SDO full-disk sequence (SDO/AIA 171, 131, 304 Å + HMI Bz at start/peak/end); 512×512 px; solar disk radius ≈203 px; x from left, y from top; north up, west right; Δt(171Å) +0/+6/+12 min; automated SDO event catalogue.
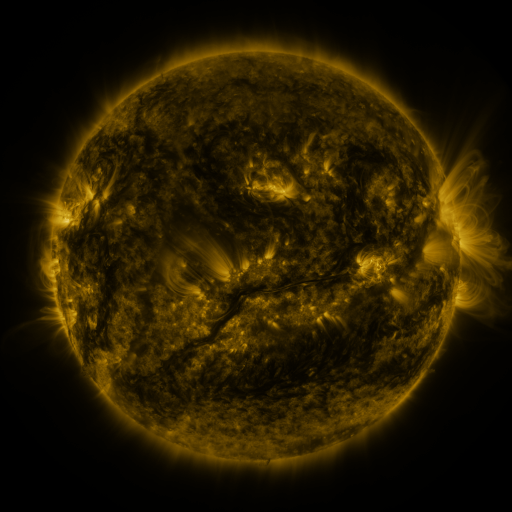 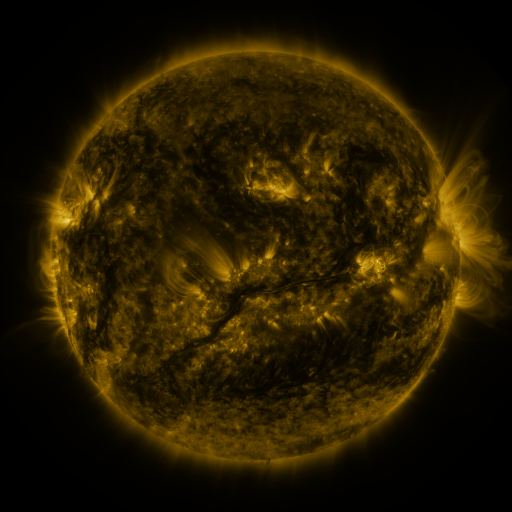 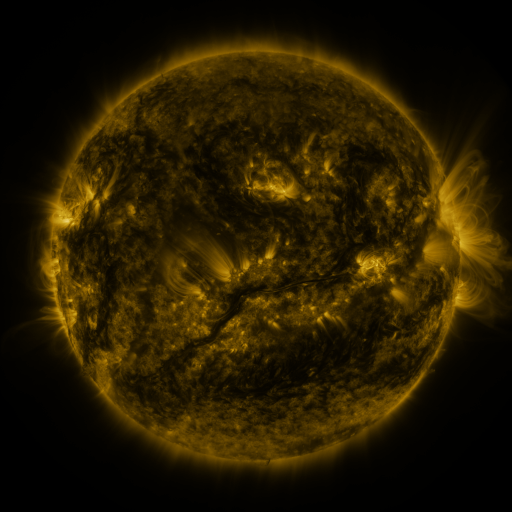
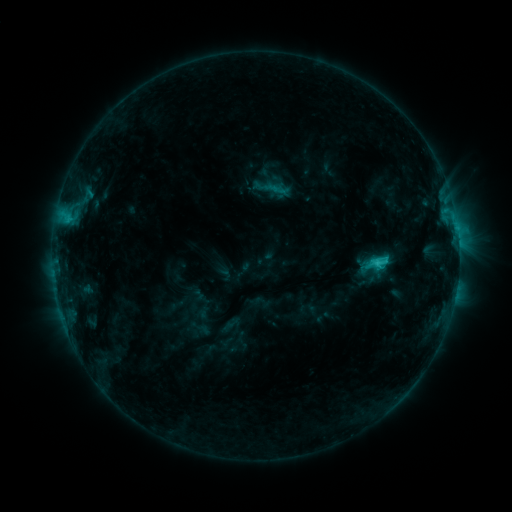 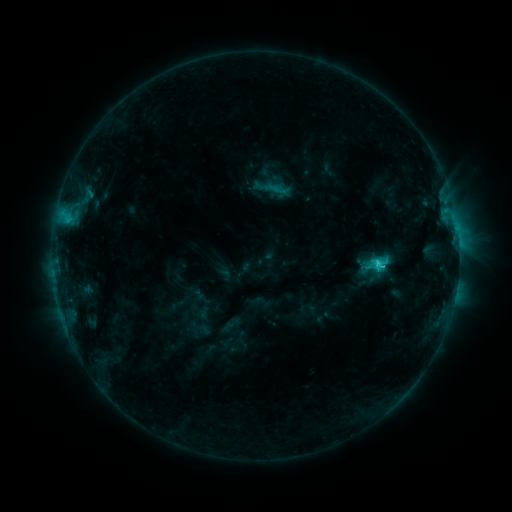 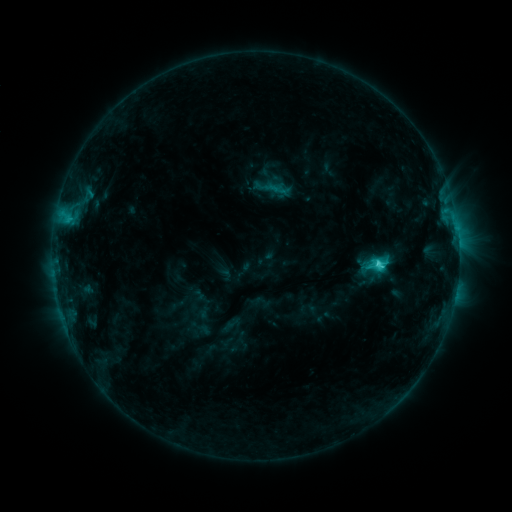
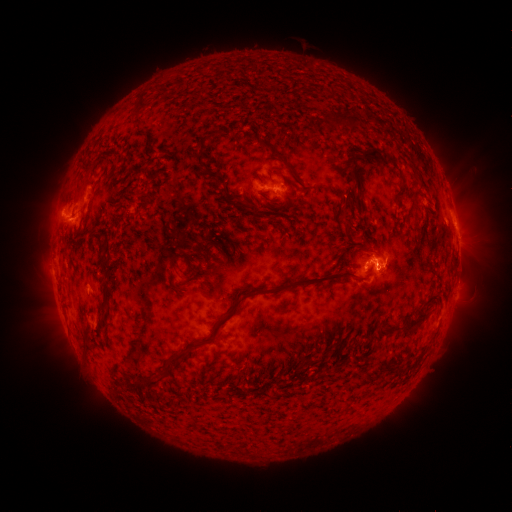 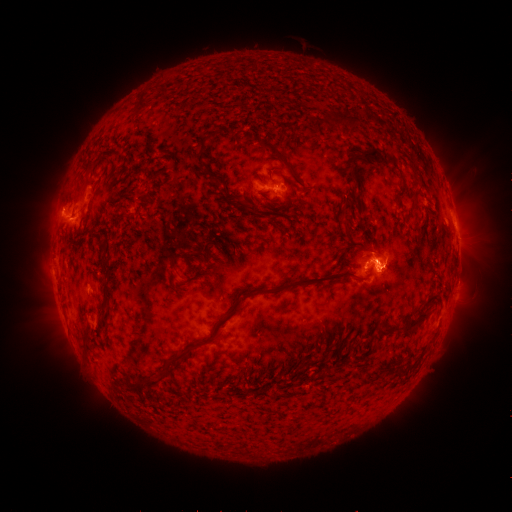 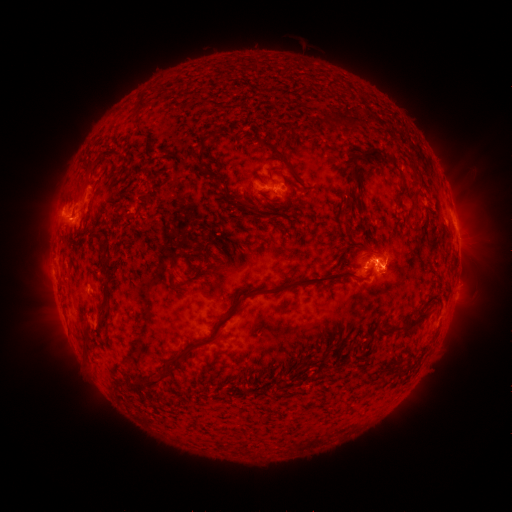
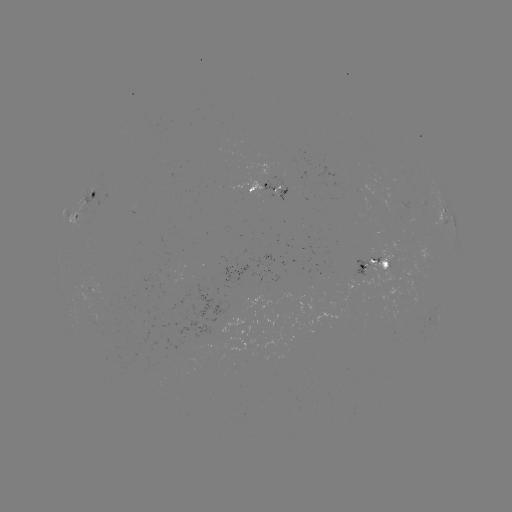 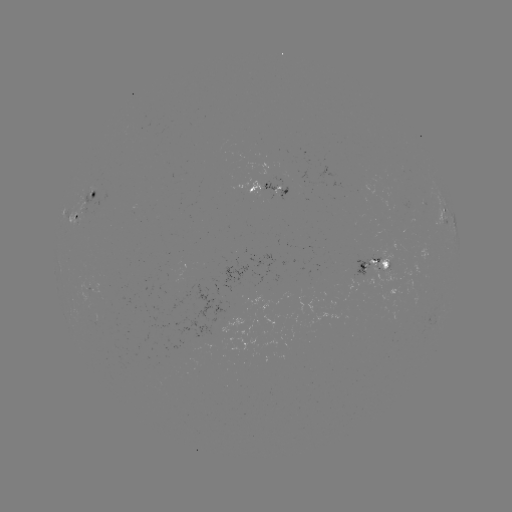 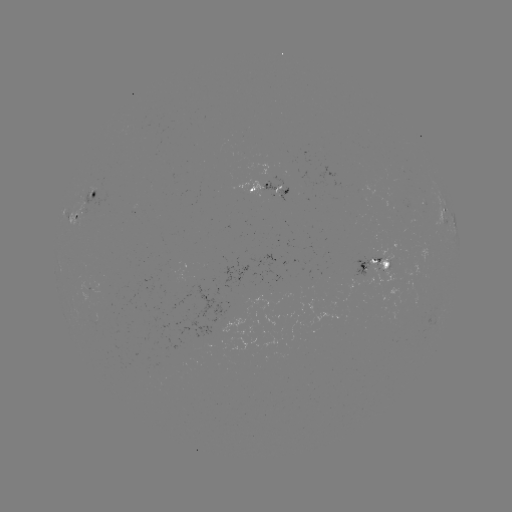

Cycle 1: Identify eruption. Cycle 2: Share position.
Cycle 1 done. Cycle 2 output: [388, 268].